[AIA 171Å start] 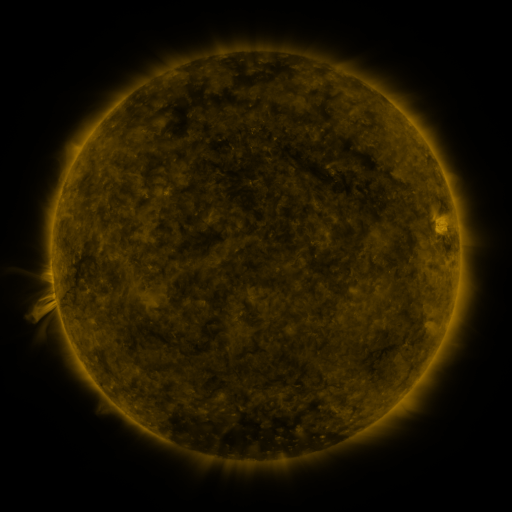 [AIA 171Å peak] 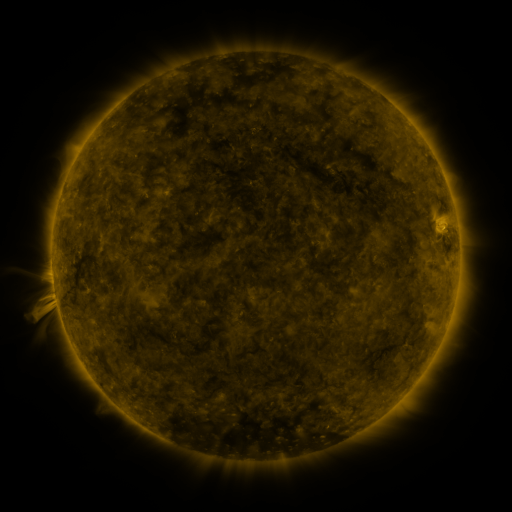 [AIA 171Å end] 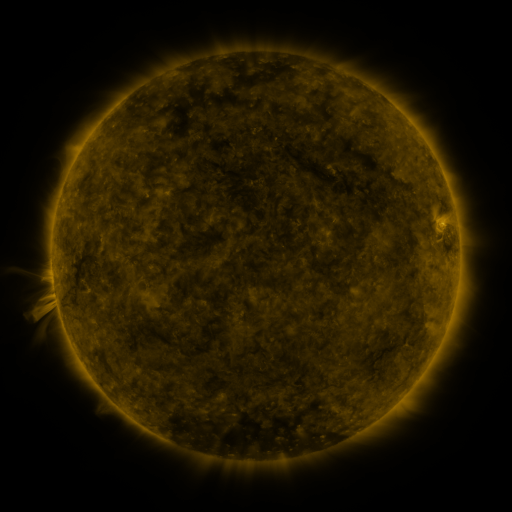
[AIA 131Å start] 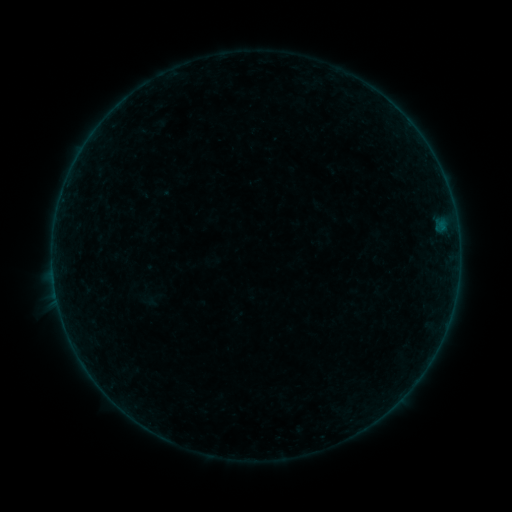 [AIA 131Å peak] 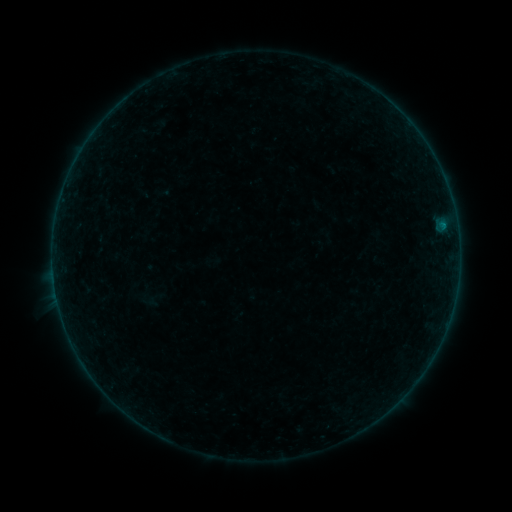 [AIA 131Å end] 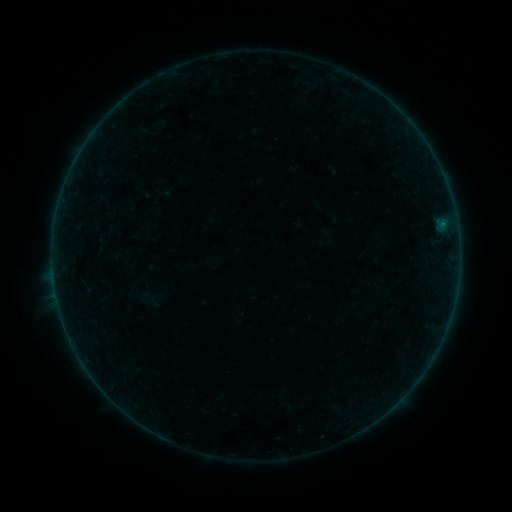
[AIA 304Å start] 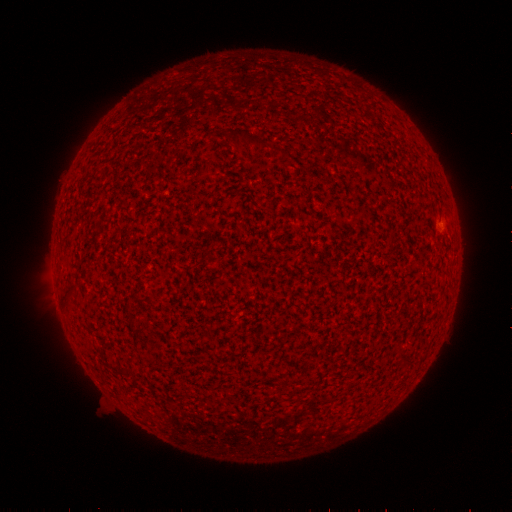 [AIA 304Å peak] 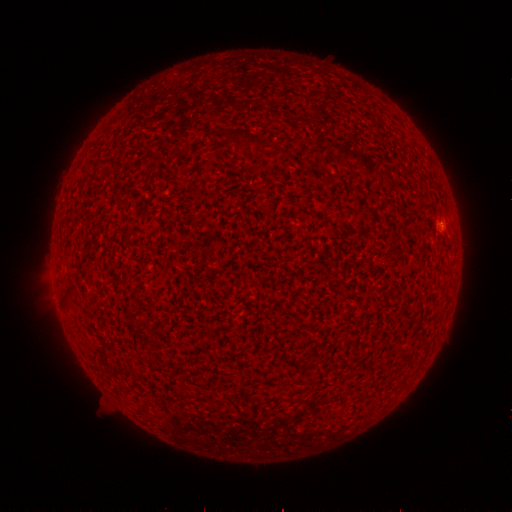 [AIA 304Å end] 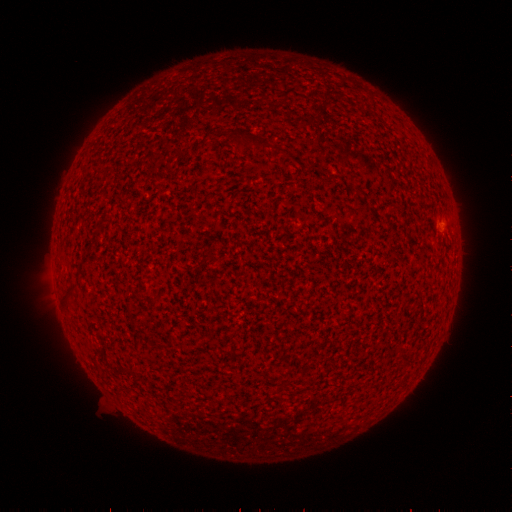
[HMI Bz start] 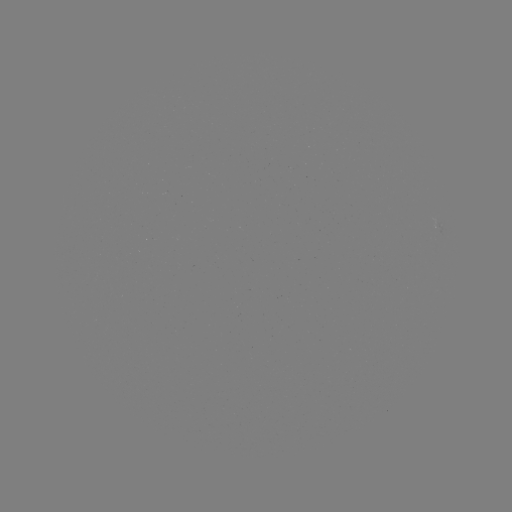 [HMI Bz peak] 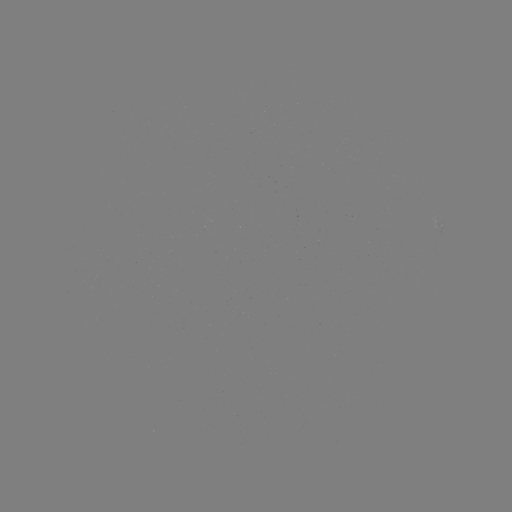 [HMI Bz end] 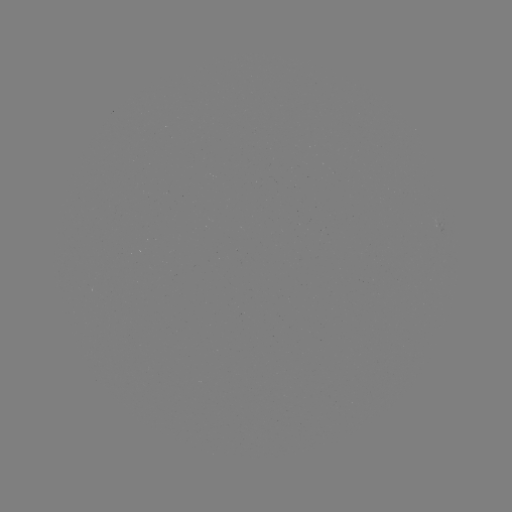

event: flare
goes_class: B1.1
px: (442, 224)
